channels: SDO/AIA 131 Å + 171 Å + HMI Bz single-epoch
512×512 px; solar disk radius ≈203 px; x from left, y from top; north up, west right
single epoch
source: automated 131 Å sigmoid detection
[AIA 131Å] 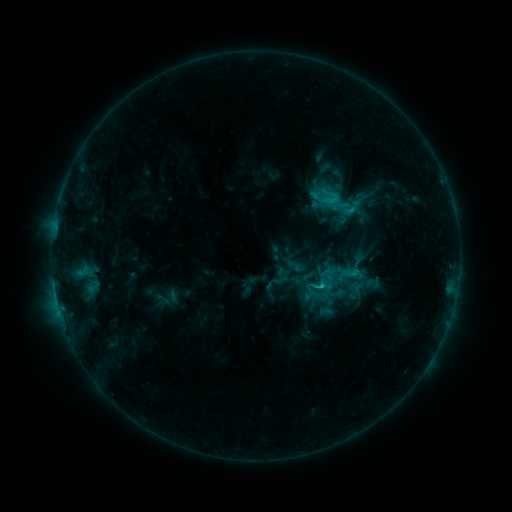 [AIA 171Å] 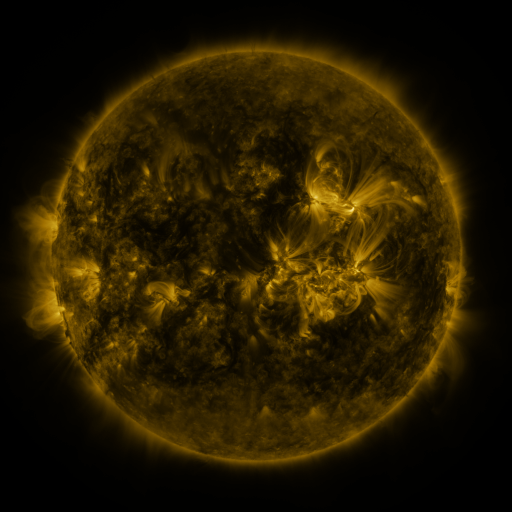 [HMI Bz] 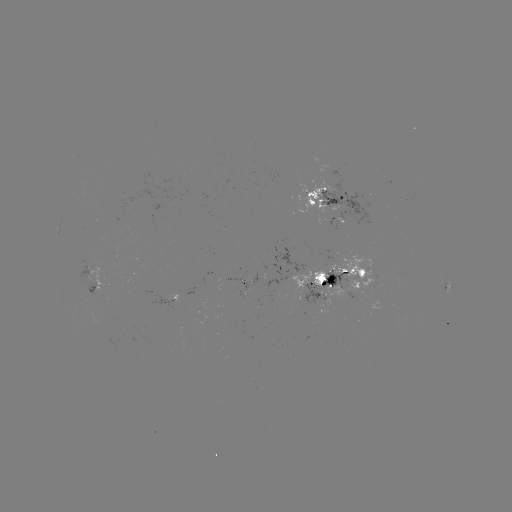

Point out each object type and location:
sigmoid: (329, 197)
sigmoid: (348, 274)
